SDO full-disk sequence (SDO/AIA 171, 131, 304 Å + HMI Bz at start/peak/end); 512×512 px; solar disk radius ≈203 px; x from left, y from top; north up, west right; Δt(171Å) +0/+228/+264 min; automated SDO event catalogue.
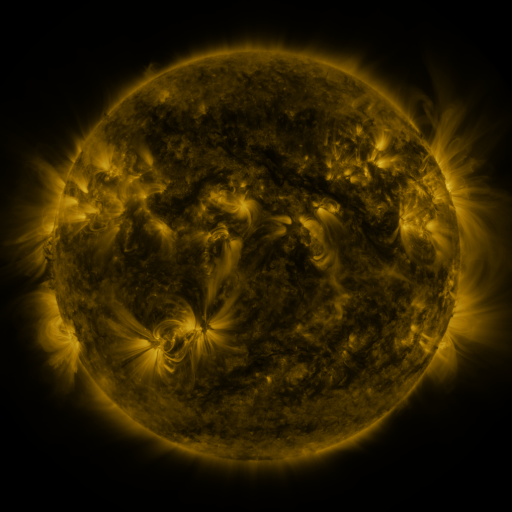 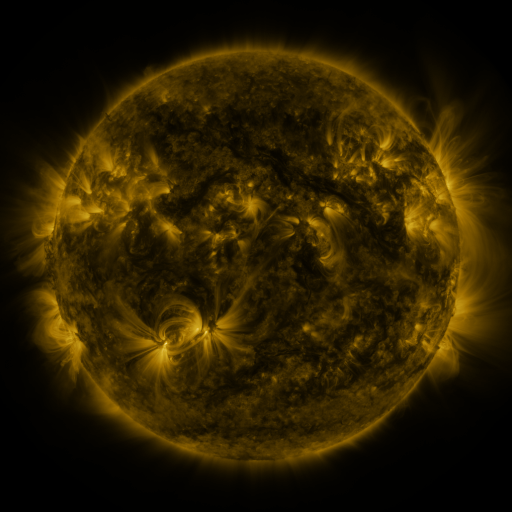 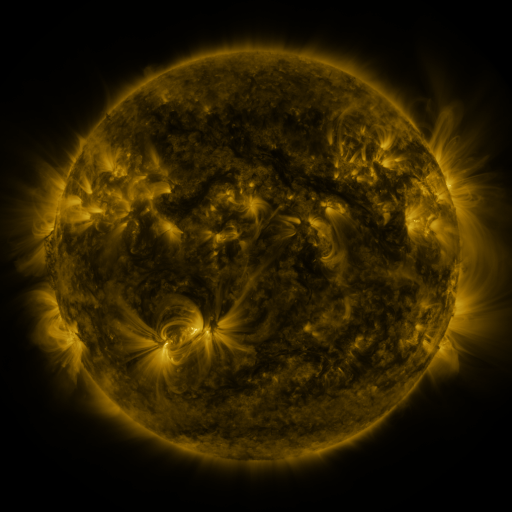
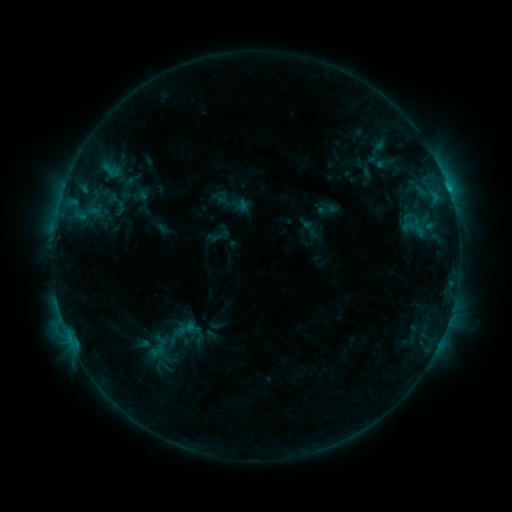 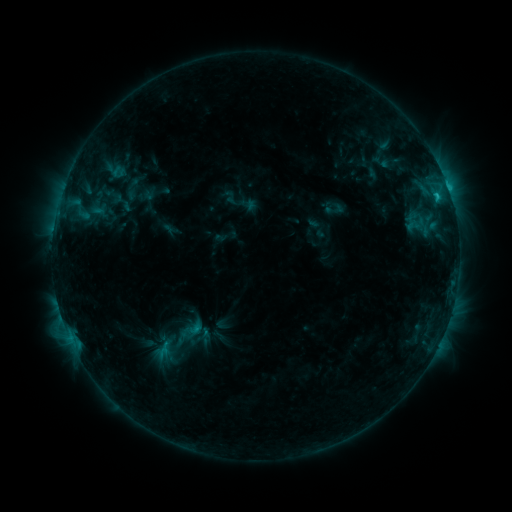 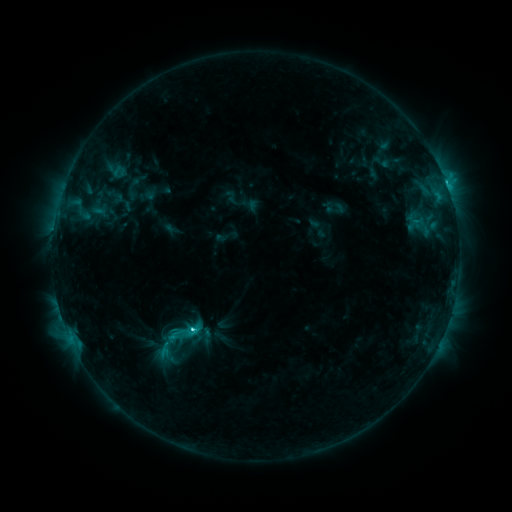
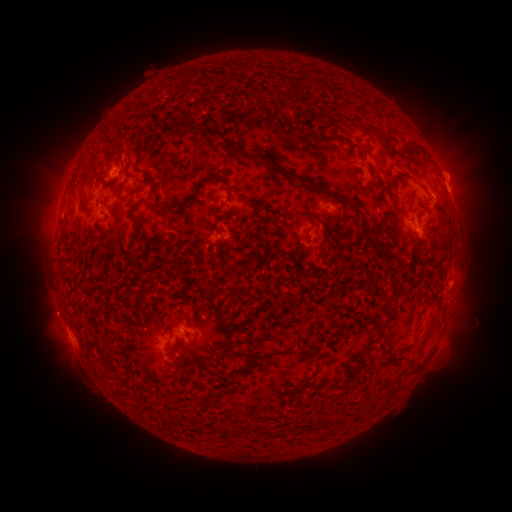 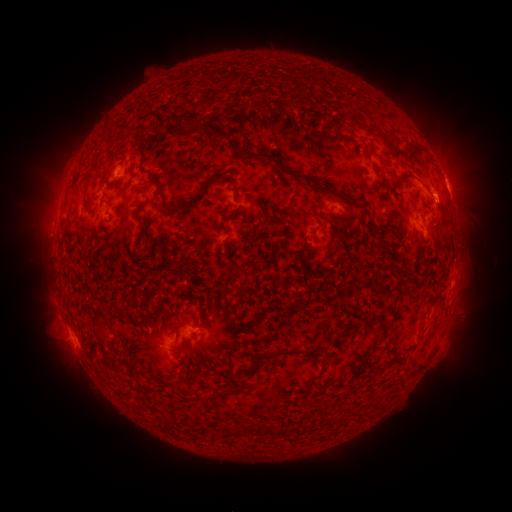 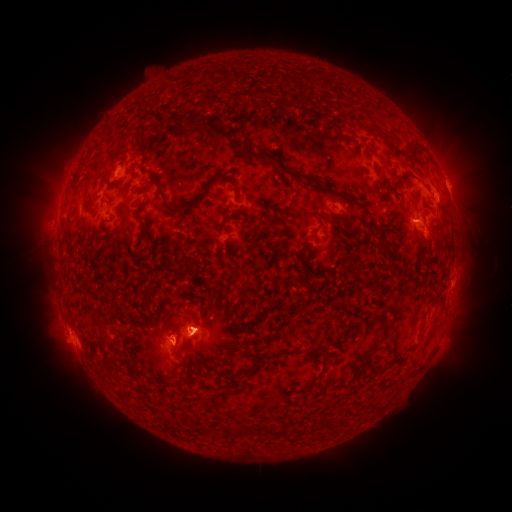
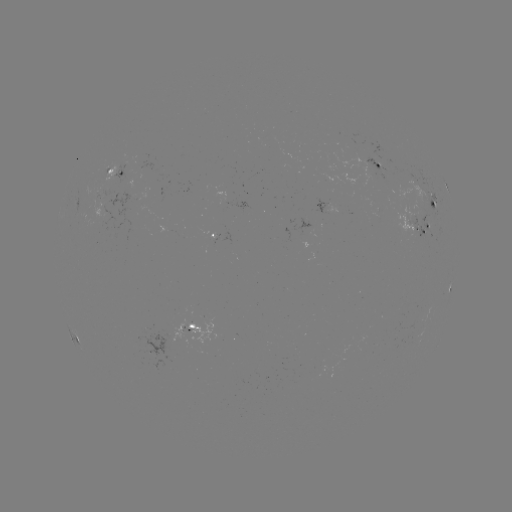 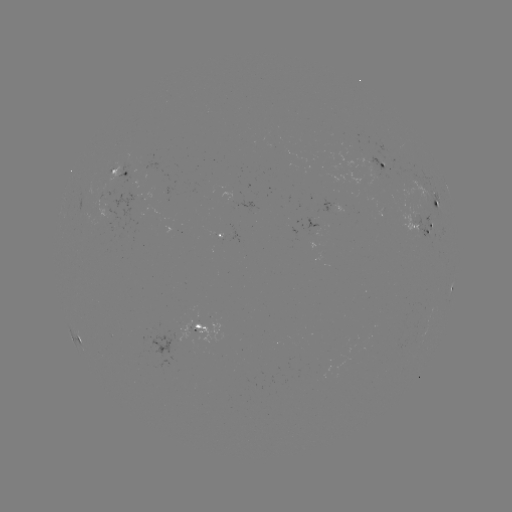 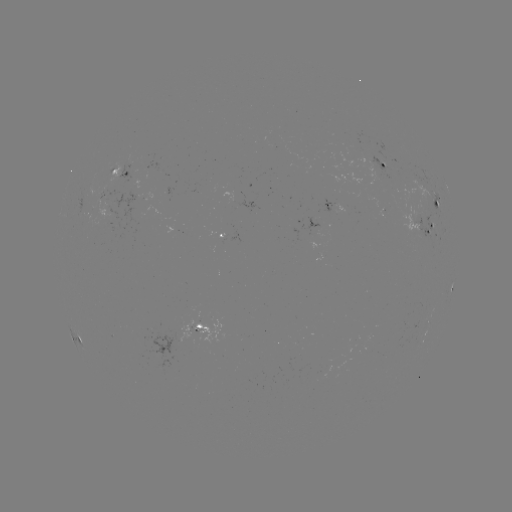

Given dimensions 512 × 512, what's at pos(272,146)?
emerging-flux region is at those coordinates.